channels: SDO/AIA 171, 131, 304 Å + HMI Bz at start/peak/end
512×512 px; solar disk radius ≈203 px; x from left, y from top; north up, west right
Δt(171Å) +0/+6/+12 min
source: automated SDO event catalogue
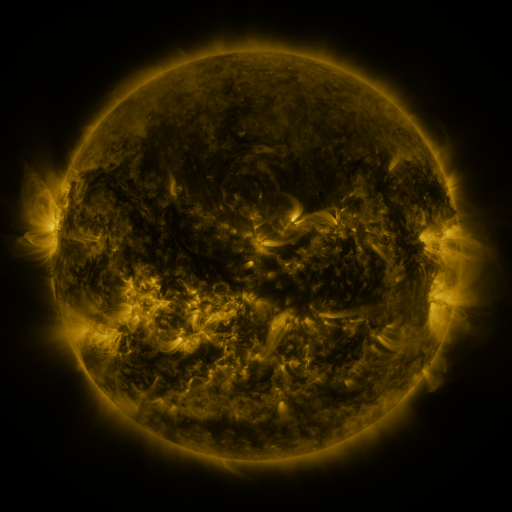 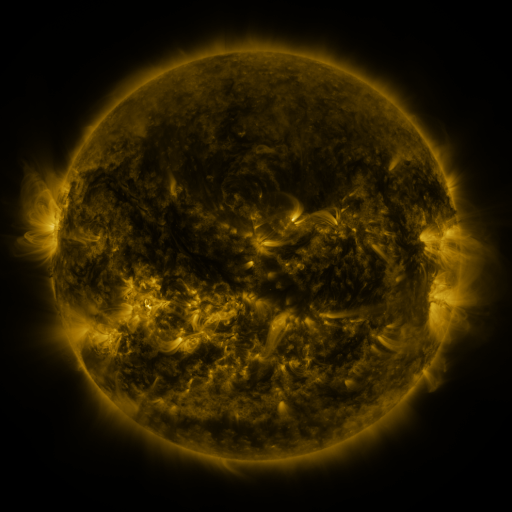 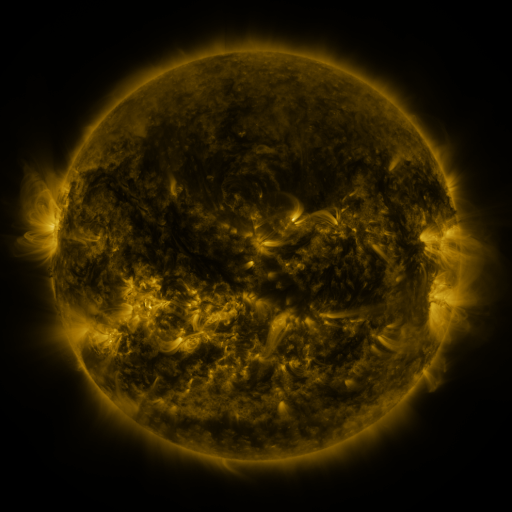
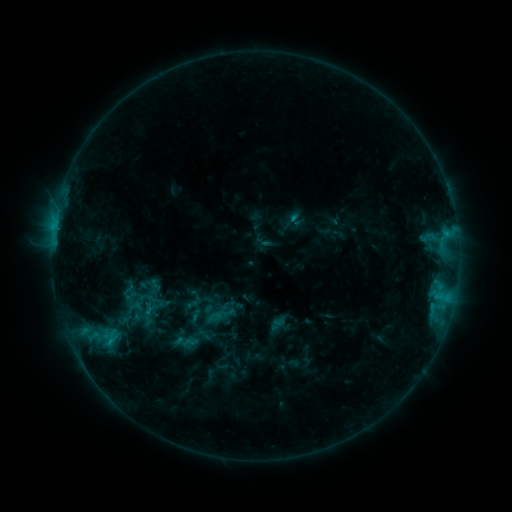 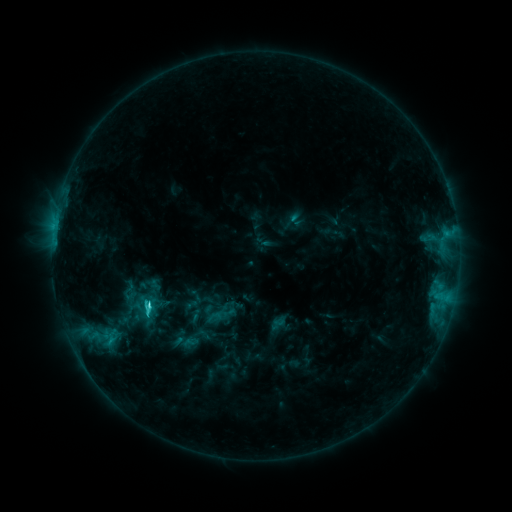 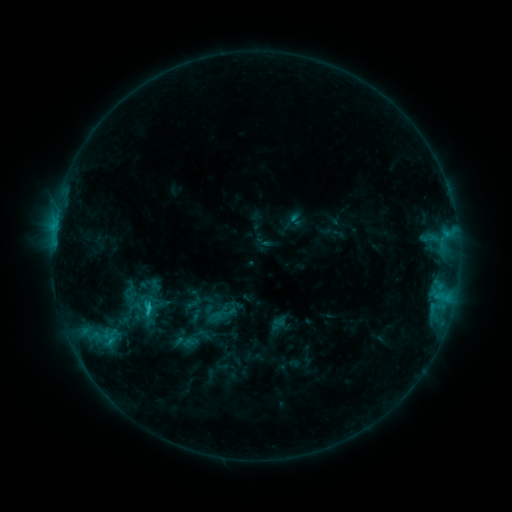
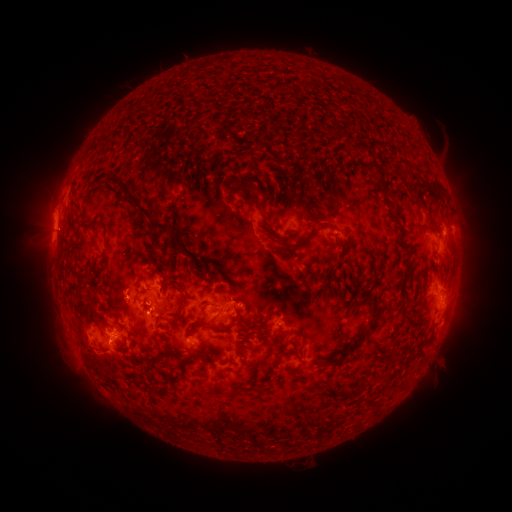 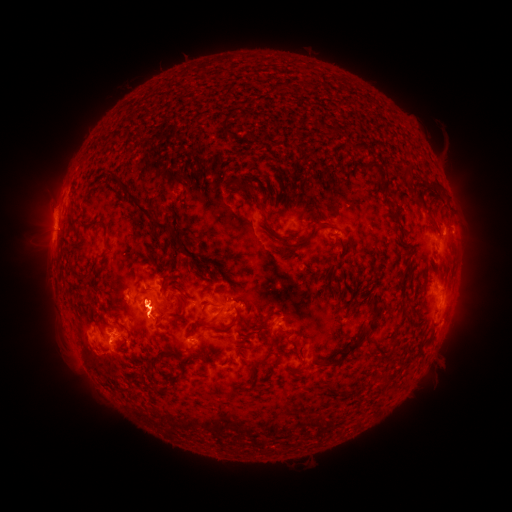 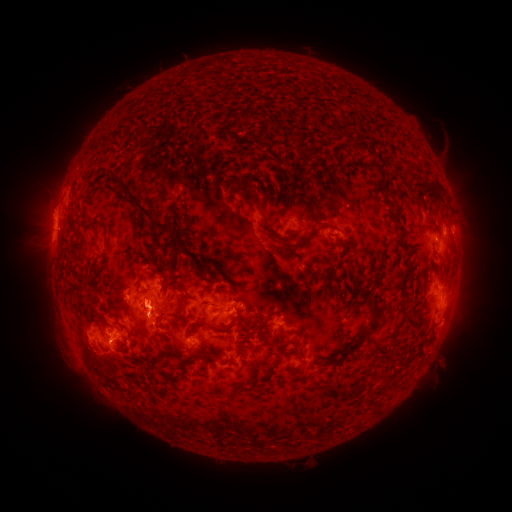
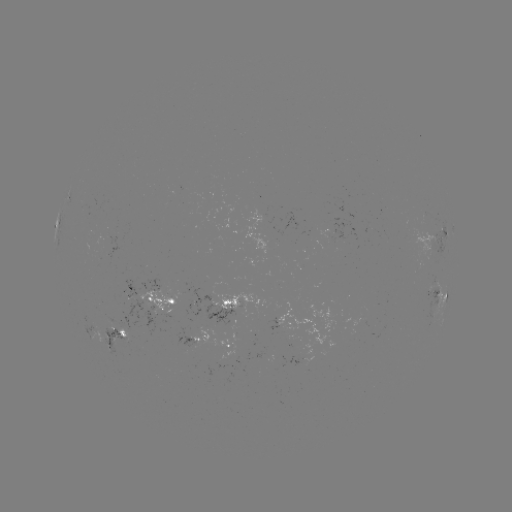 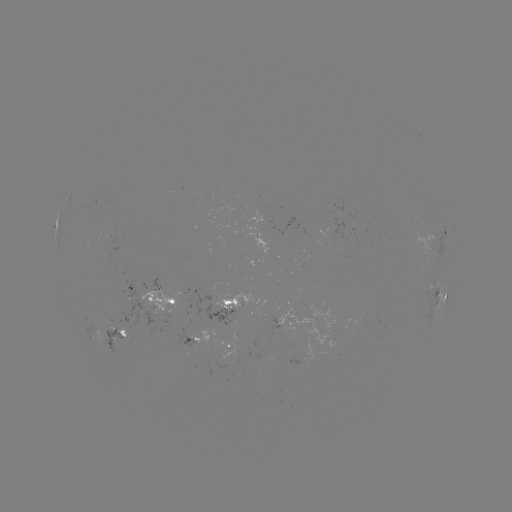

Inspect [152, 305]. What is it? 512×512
C2.6 flare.